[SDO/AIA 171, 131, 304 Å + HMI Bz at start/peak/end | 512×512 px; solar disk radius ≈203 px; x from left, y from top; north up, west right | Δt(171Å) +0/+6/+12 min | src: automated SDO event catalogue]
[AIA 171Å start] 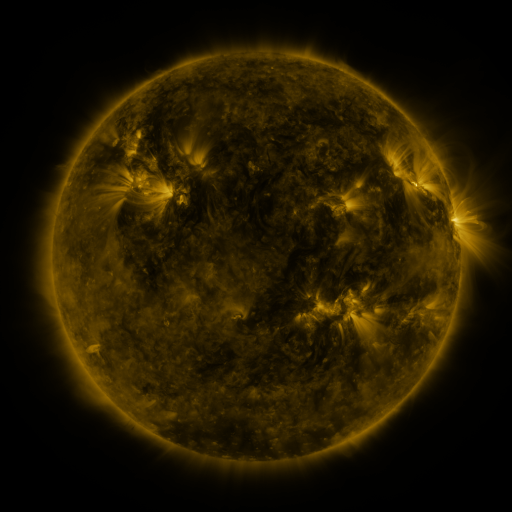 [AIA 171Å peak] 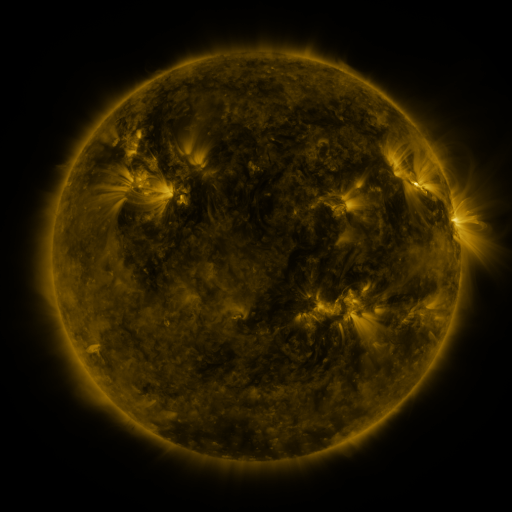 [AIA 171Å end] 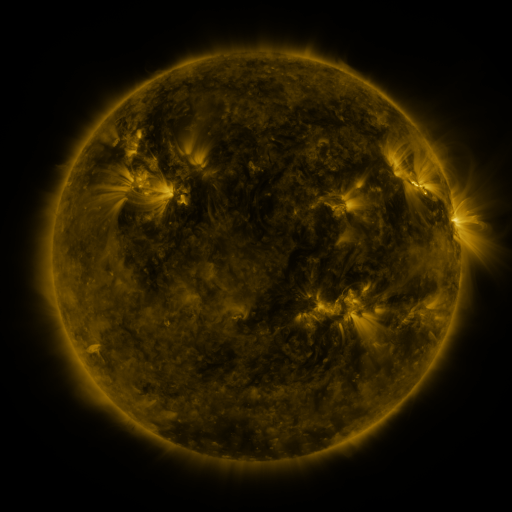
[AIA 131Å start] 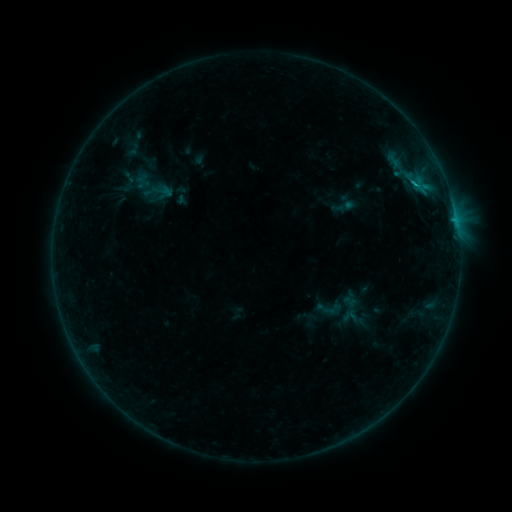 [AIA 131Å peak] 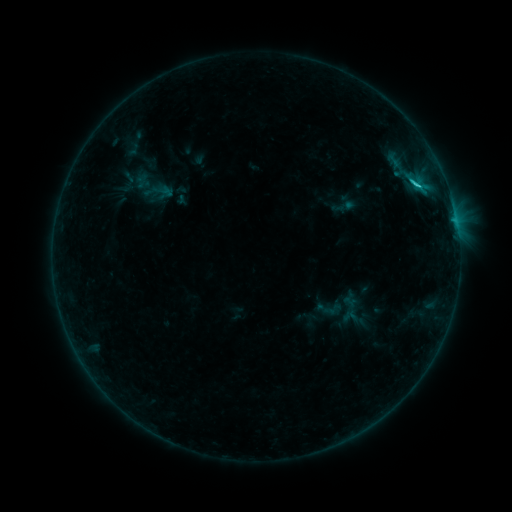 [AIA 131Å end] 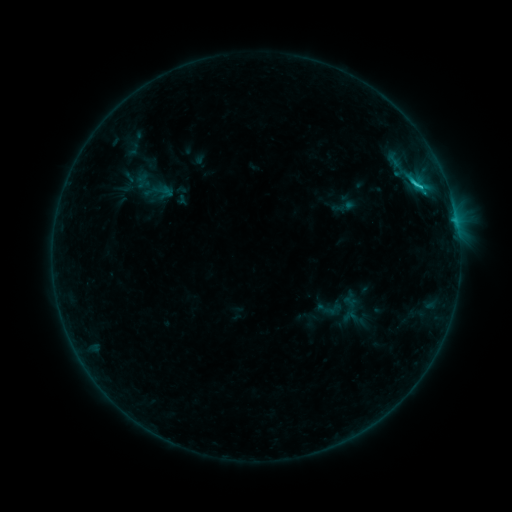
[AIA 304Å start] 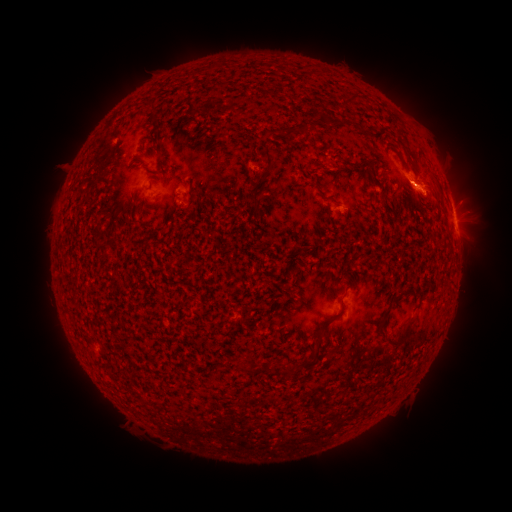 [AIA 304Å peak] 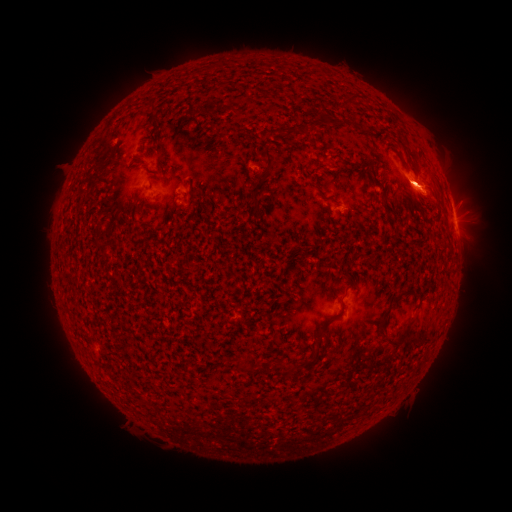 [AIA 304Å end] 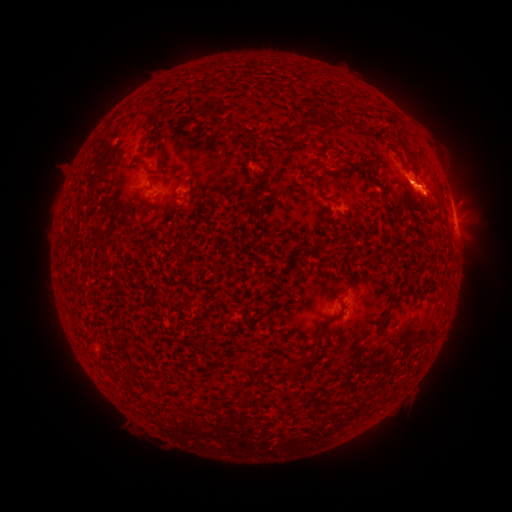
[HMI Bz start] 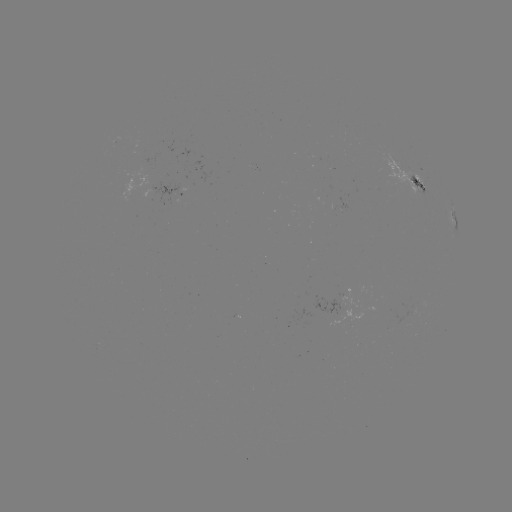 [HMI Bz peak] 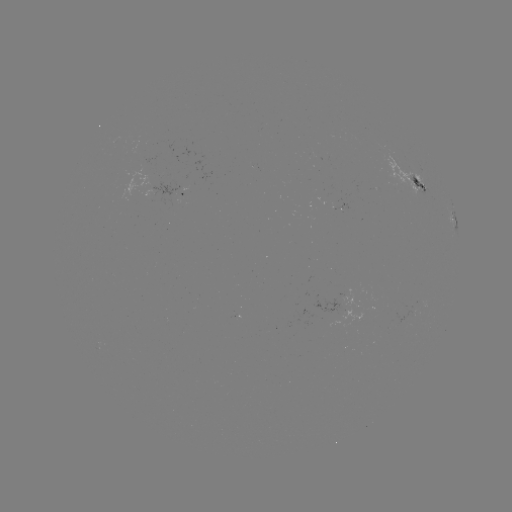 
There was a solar flare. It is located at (414, 185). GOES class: C1.5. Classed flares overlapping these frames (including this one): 1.